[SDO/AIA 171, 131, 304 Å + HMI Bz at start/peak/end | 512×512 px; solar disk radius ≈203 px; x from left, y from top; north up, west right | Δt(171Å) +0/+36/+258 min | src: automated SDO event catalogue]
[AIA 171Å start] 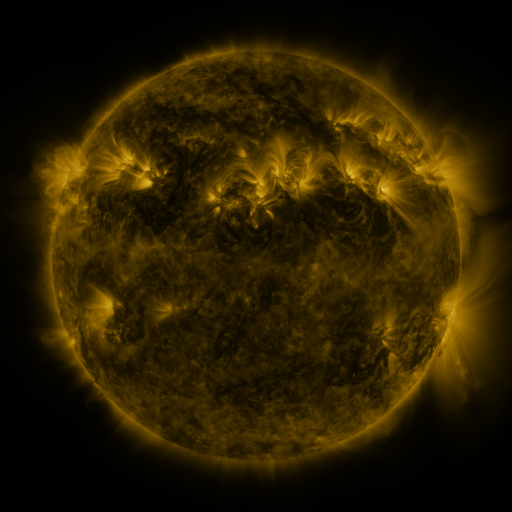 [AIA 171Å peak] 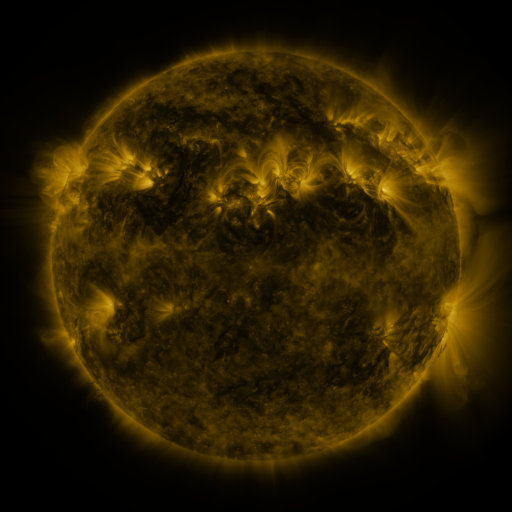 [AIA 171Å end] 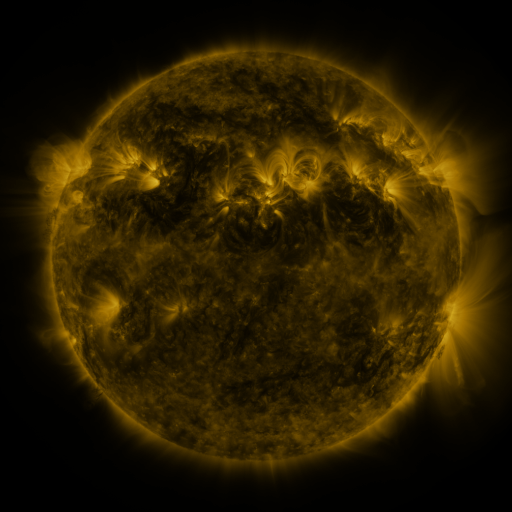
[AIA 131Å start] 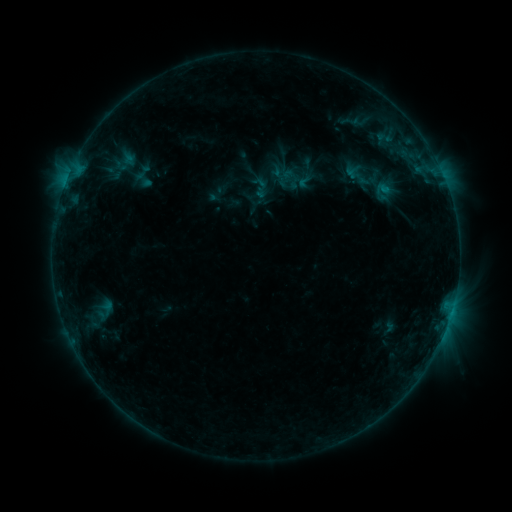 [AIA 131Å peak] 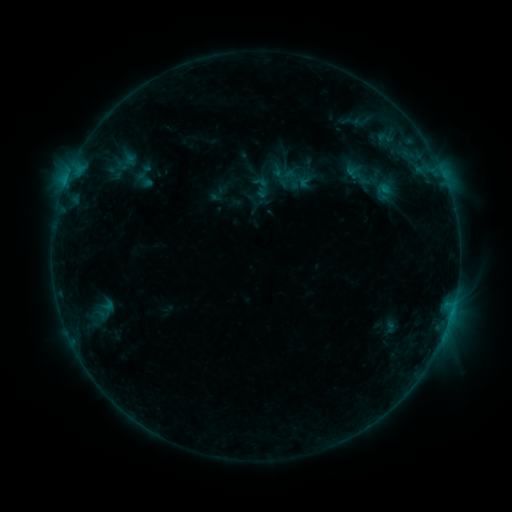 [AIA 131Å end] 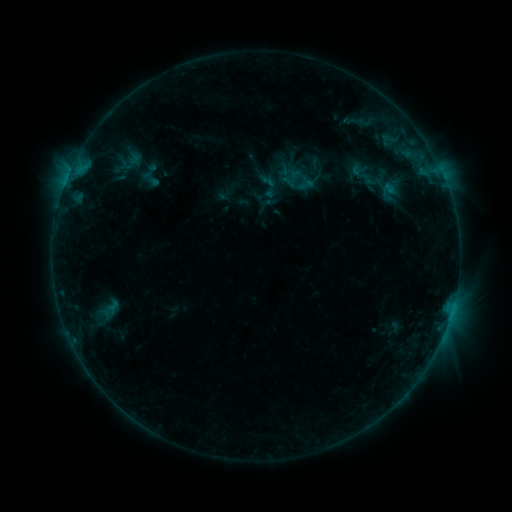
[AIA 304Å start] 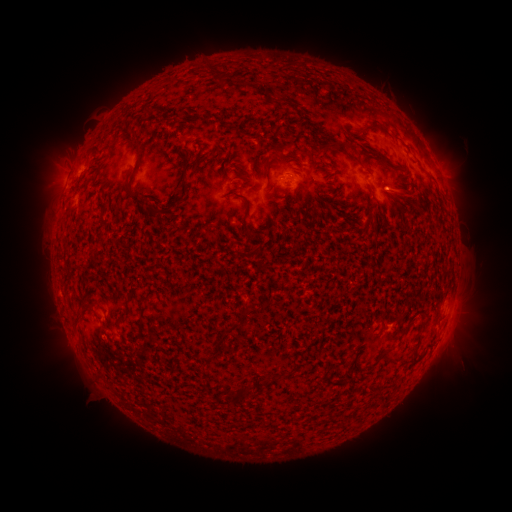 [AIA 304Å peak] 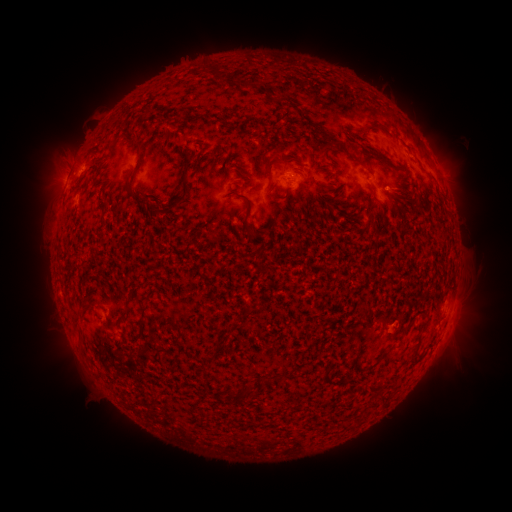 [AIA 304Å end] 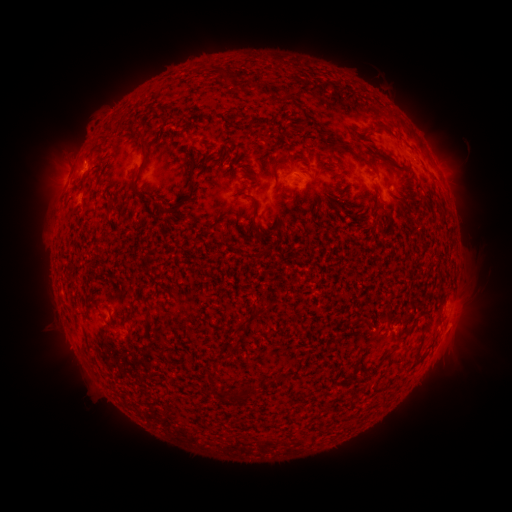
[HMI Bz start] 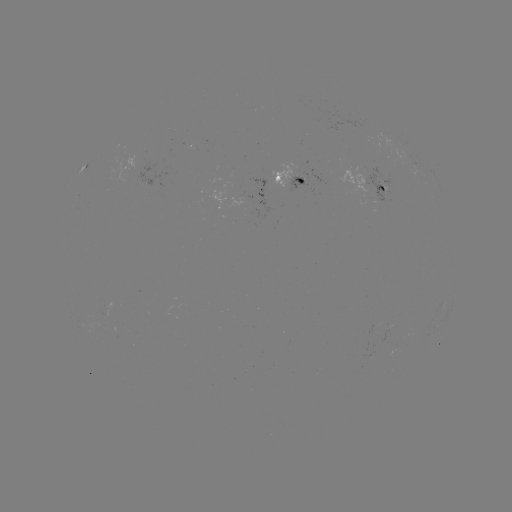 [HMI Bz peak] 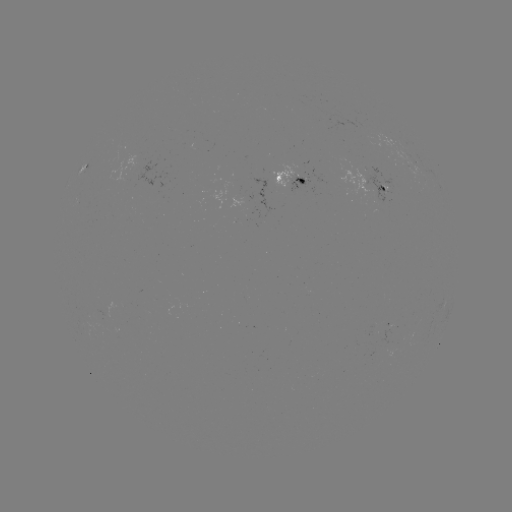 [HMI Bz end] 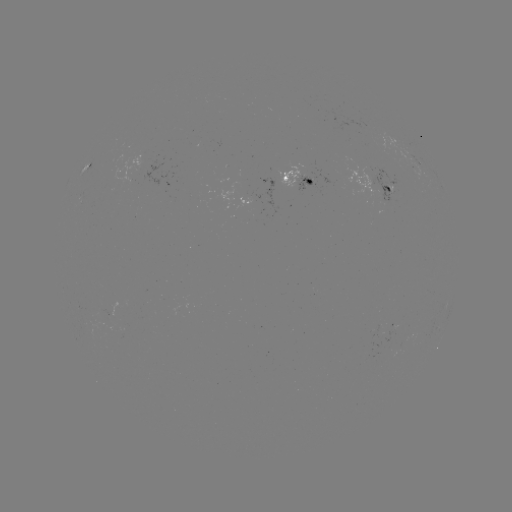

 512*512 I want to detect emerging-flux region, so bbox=[111, 329, 121, 339].